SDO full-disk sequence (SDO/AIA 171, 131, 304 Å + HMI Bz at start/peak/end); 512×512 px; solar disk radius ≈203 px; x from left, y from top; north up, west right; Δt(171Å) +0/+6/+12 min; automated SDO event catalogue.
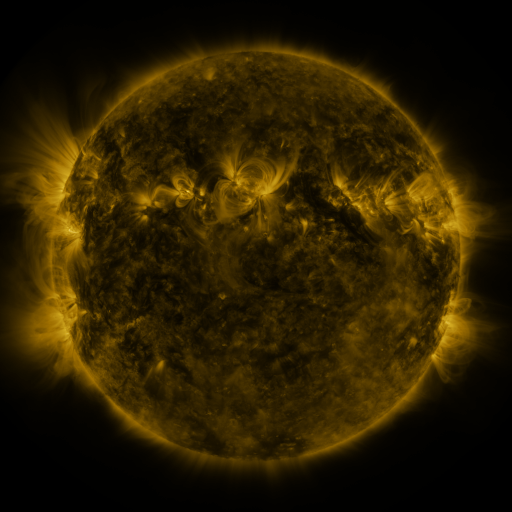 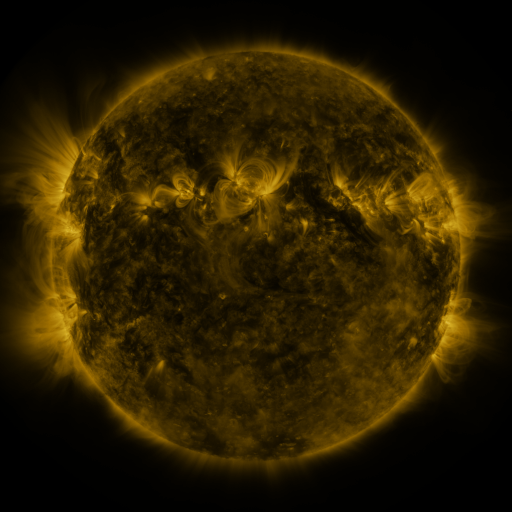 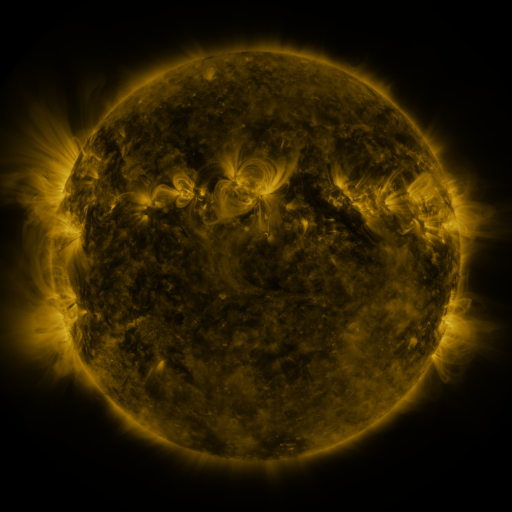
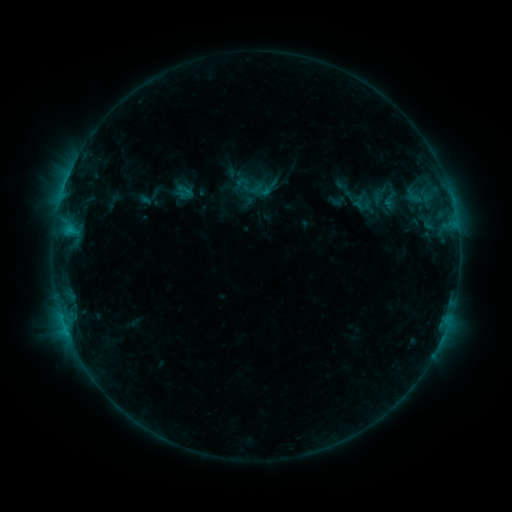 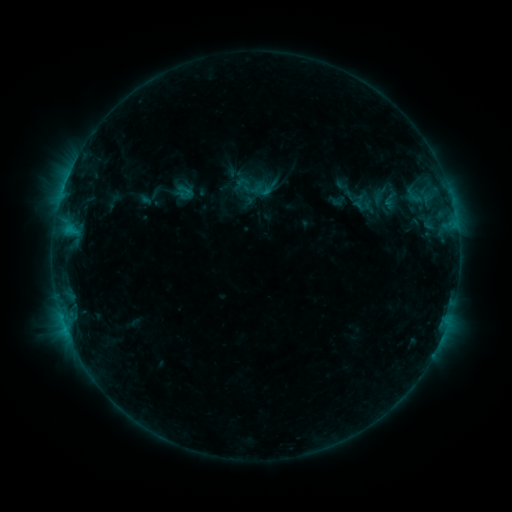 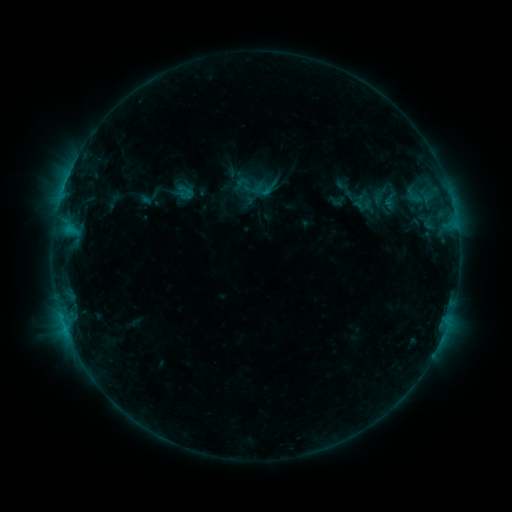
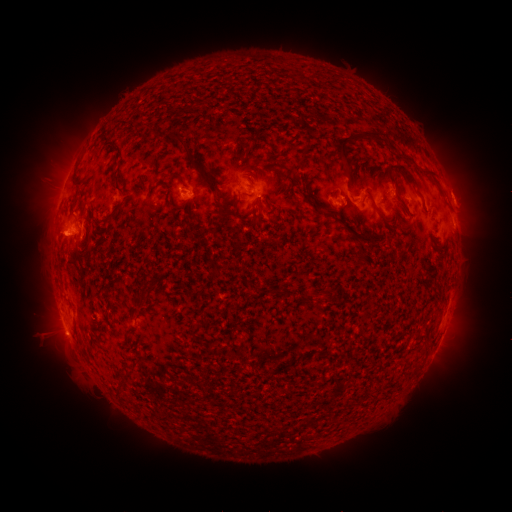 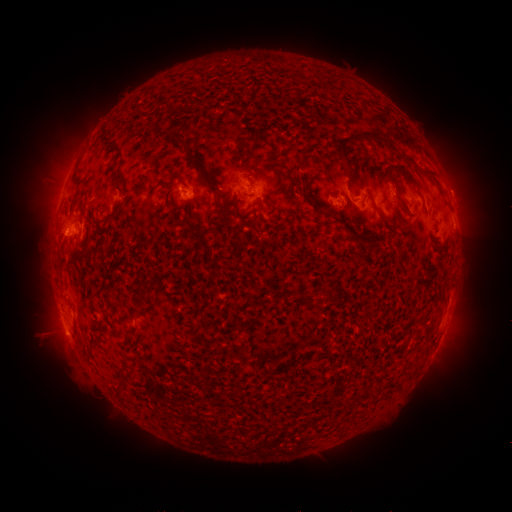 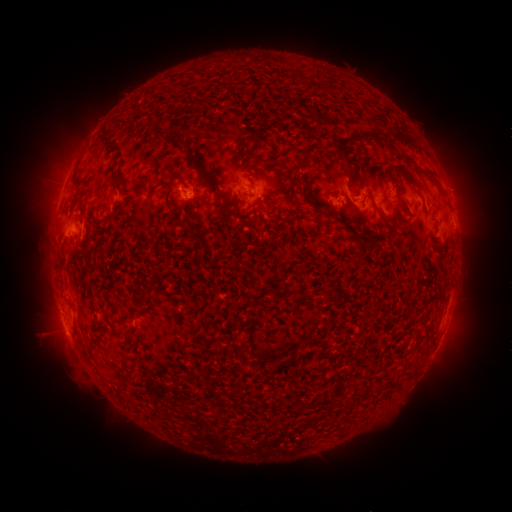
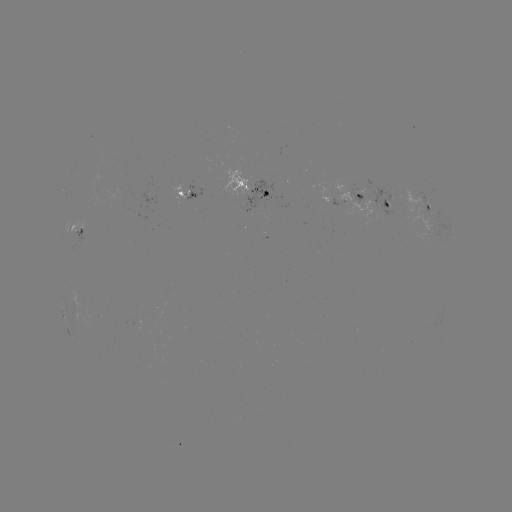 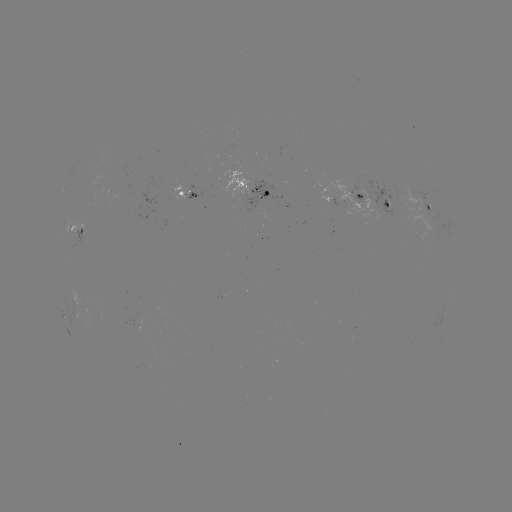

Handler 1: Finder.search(eruption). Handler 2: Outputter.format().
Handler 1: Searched eruption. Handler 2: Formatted [461, 191].